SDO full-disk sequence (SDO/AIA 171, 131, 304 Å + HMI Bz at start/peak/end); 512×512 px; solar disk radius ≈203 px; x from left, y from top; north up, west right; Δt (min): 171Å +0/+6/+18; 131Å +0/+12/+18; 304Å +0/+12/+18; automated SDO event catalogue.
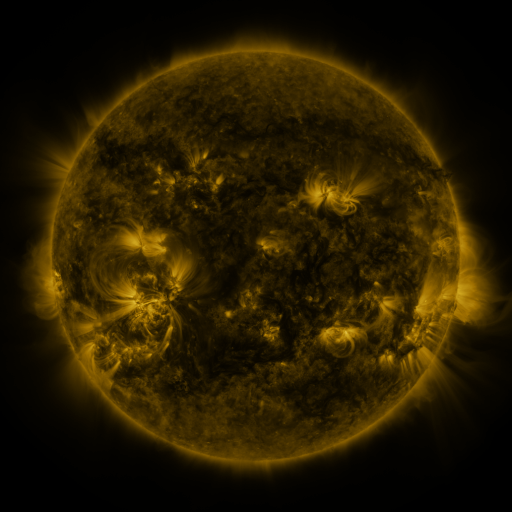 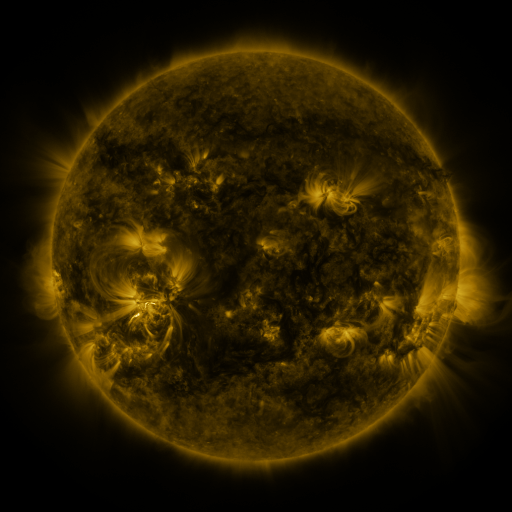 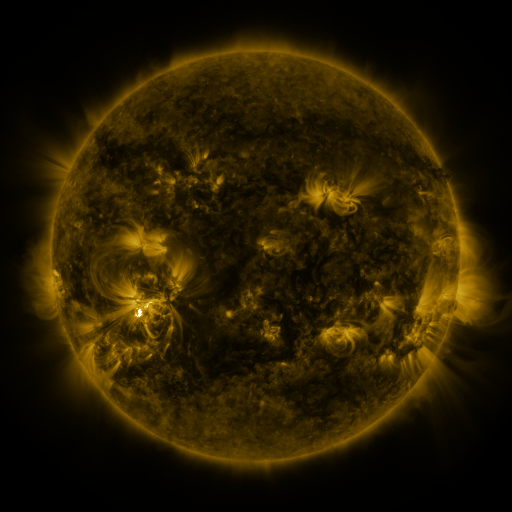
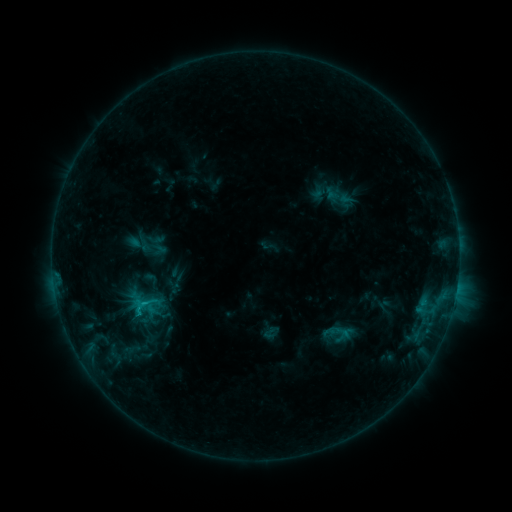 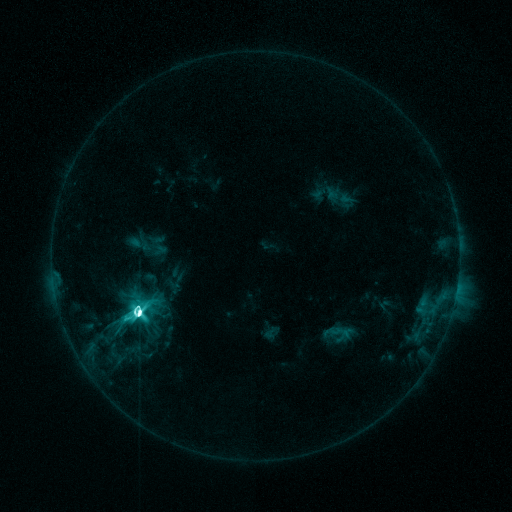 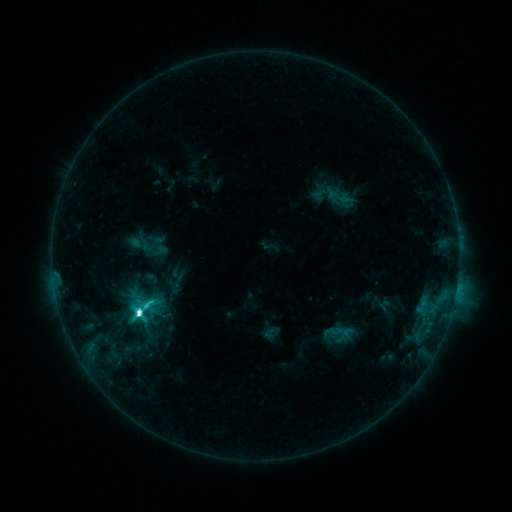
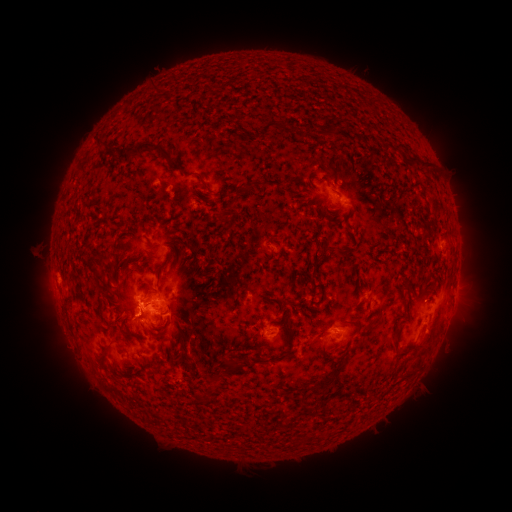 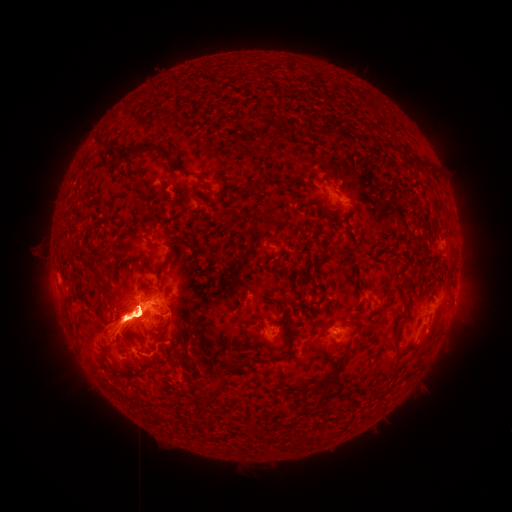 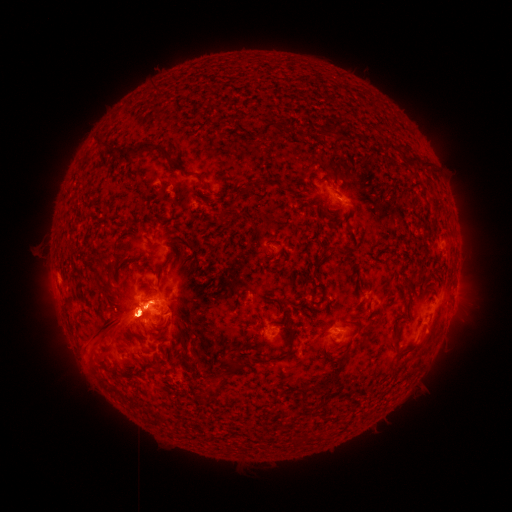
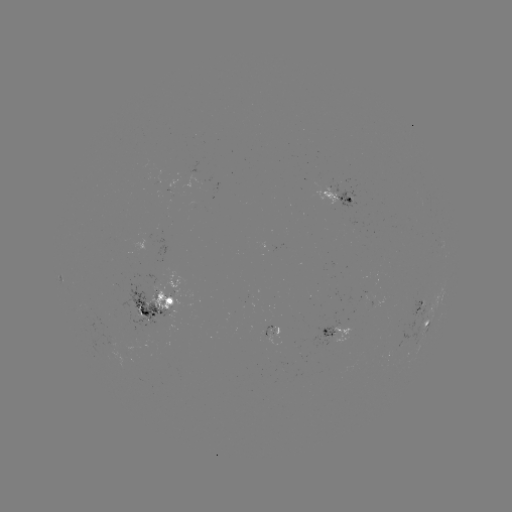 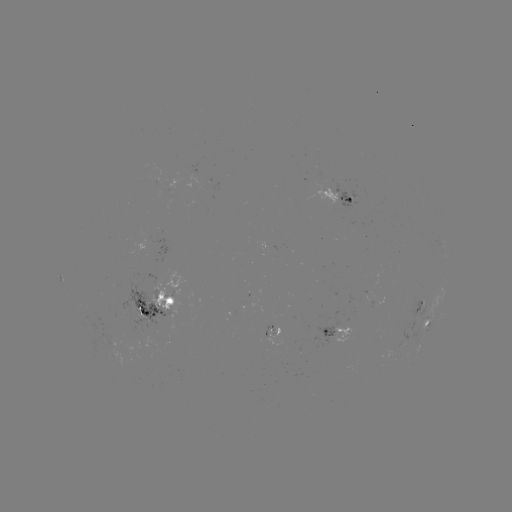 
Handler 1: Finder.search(M3.8 flare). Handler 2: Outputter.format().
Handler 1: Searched M3.8 flare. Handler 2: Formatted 141,309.